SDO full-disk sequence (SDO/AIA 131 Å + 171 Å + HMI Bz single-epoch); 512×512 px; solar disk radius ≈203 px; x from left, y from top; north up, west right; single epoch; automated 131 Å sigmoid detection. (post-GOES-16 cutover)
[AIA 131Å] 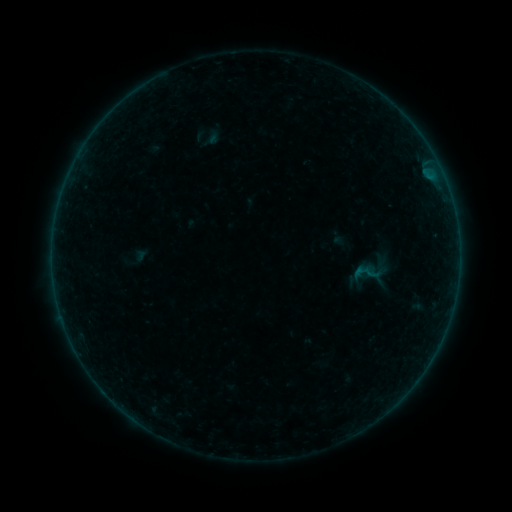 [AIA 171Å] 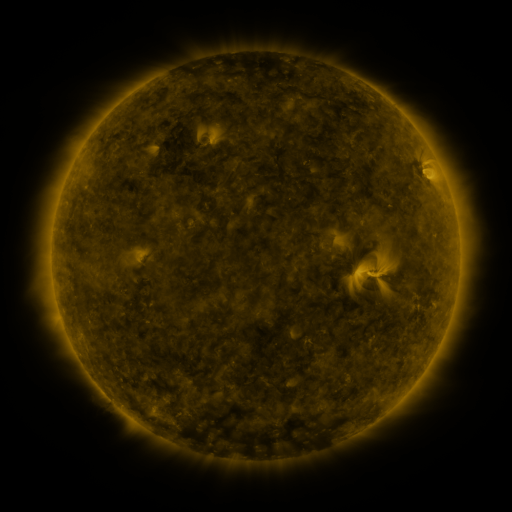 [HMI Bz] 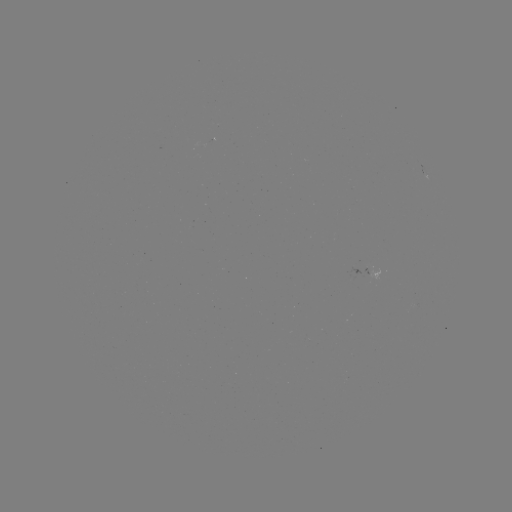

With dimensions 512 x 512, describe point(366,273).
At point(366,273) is sigmoid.